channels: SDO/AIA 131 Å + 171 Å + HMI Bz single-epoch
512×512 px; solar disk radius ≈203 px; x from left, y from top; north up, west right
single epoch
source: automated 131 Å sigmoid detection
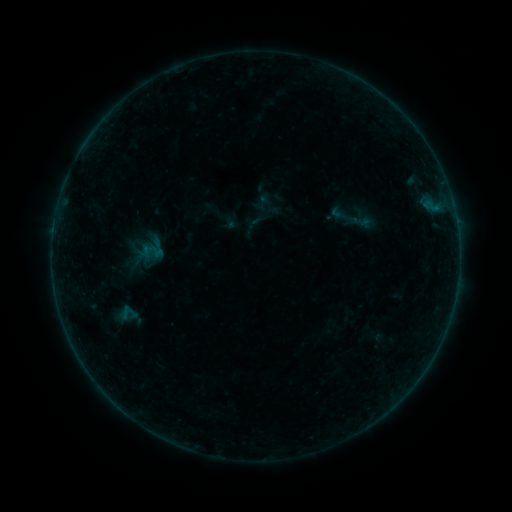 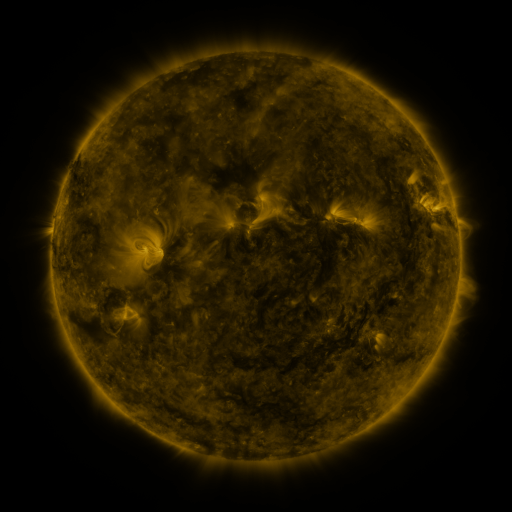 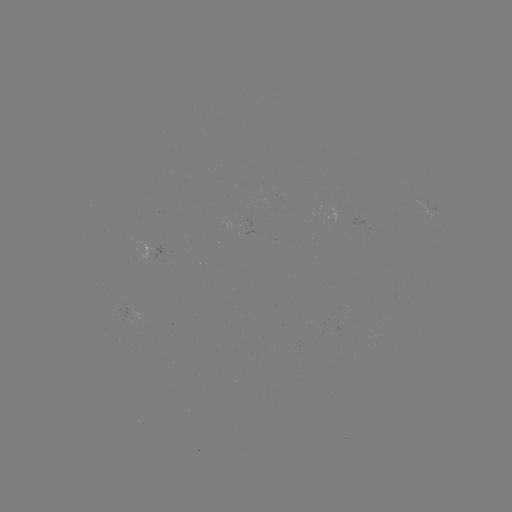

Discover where sigmoid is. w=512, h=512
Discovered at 361,221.